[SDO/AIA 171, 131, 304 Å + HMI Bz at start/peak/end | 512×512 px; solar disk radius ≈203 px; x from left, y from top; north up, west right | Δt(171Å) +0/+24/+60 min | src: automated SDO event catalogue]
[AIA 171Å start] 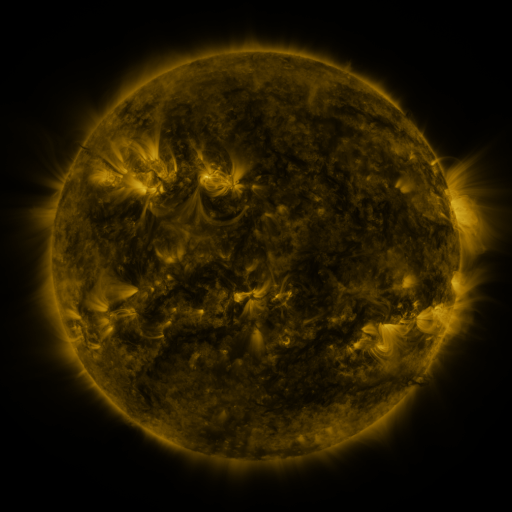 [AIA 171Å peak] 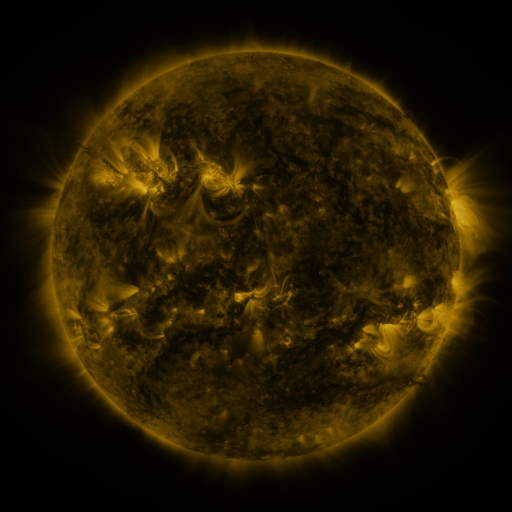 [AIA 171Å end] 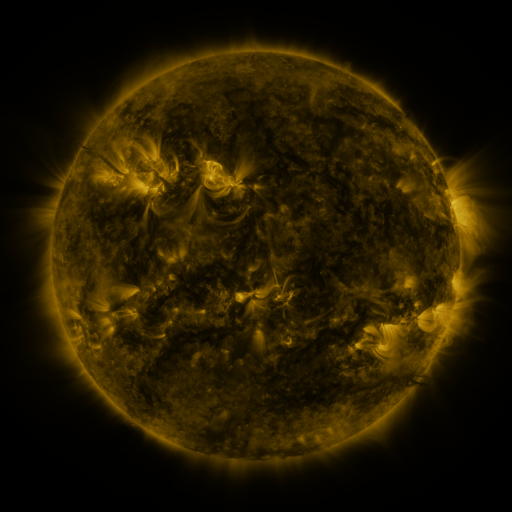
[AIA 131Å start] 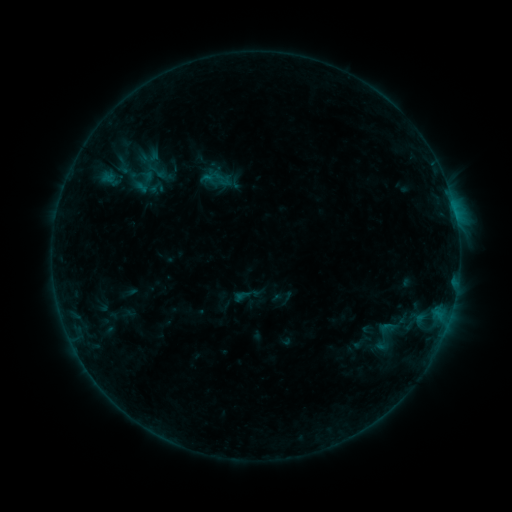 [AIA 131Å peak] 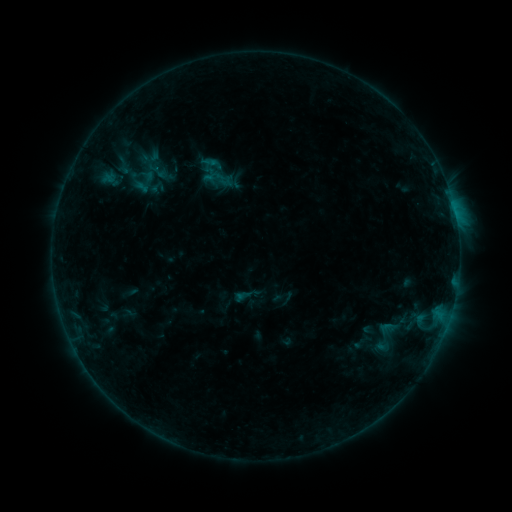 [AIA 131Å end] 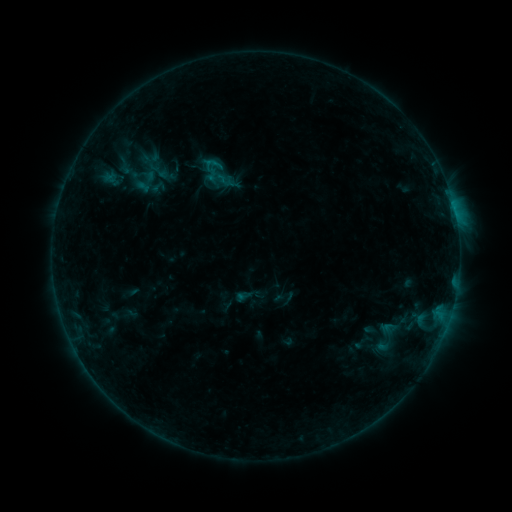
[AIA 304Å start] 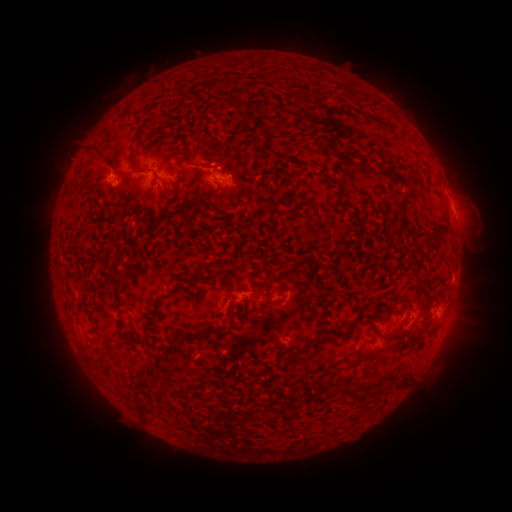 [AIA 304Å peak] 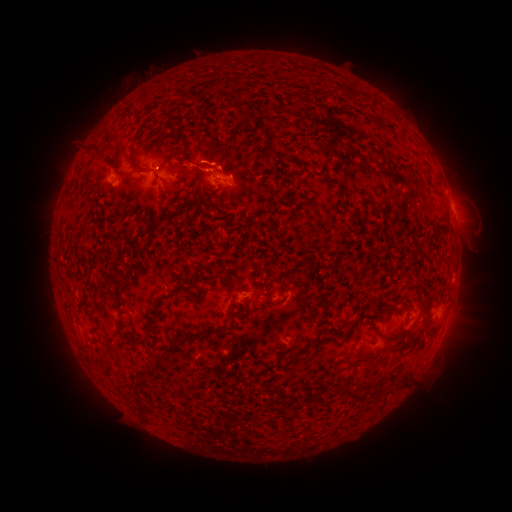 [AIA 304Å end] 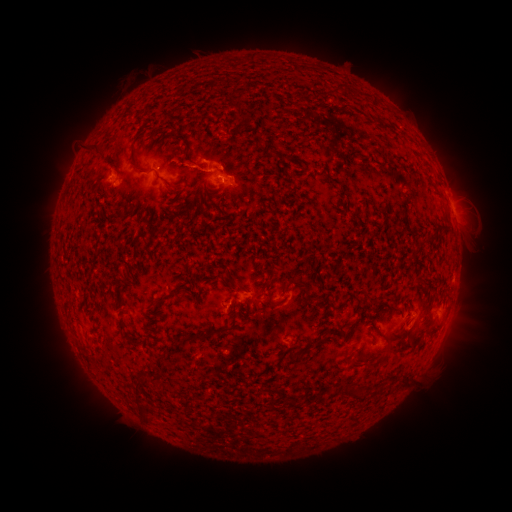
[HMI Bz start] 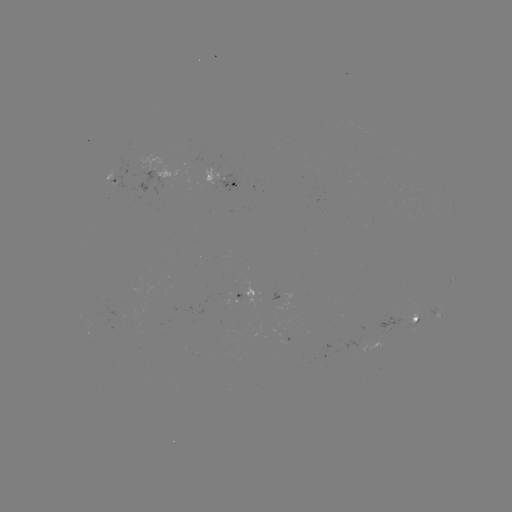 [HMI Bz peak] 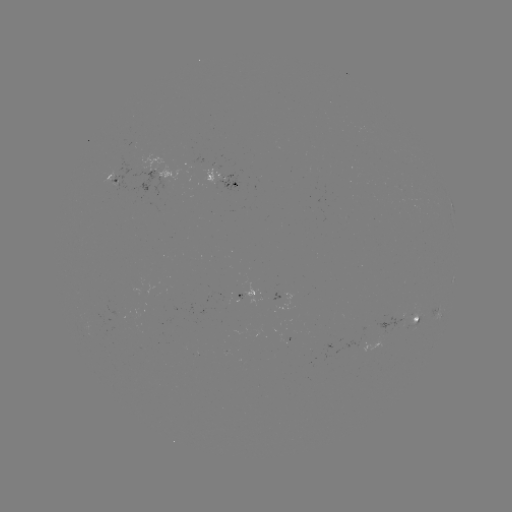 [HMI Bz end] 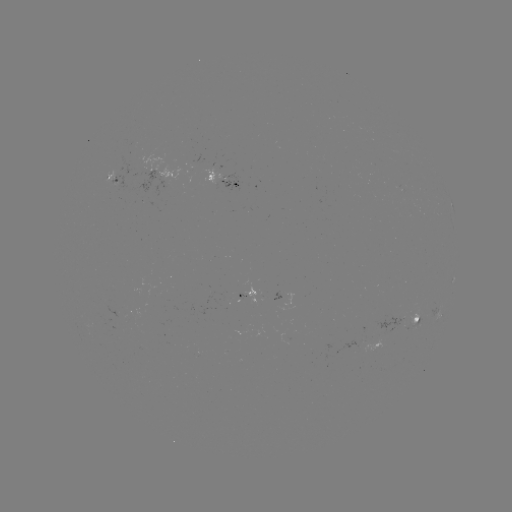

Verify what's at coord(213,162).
B4.9 flare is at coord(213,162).